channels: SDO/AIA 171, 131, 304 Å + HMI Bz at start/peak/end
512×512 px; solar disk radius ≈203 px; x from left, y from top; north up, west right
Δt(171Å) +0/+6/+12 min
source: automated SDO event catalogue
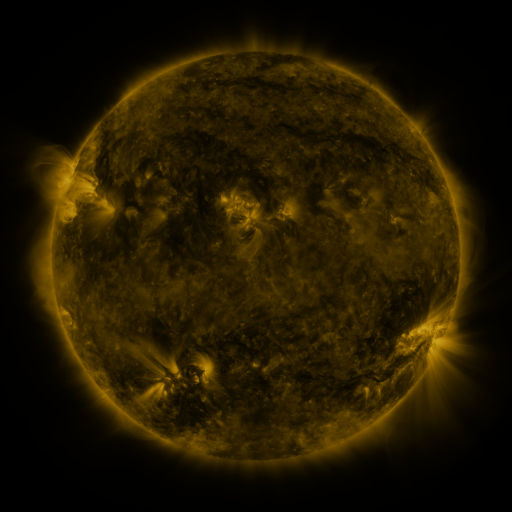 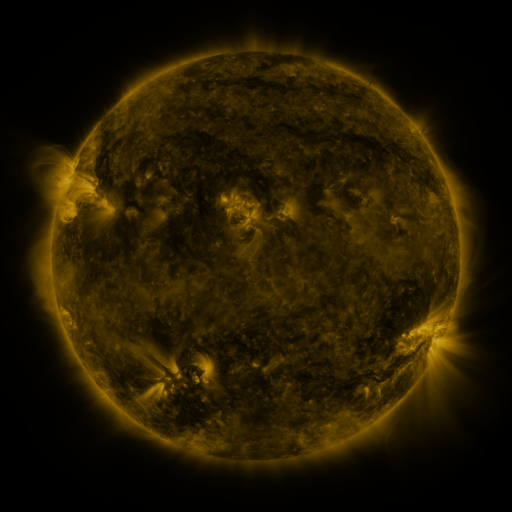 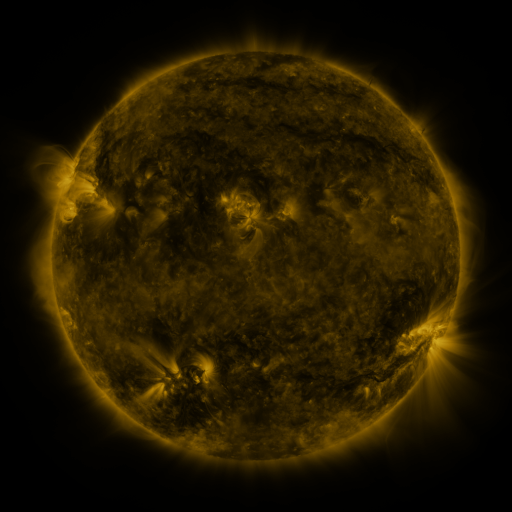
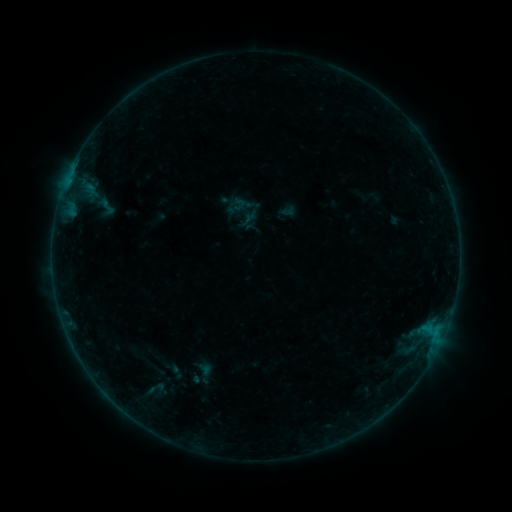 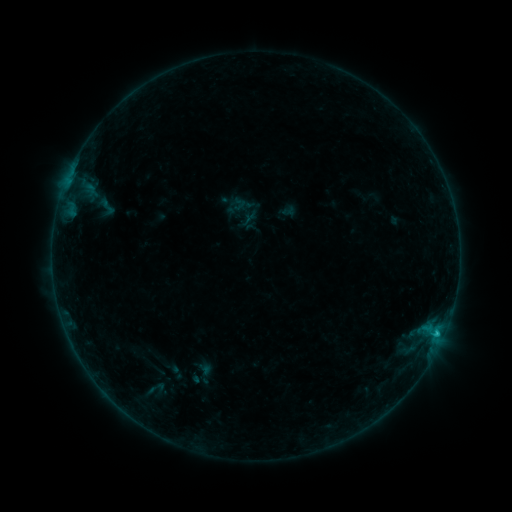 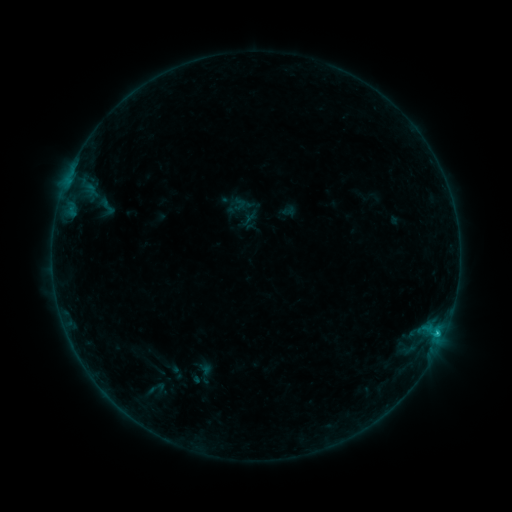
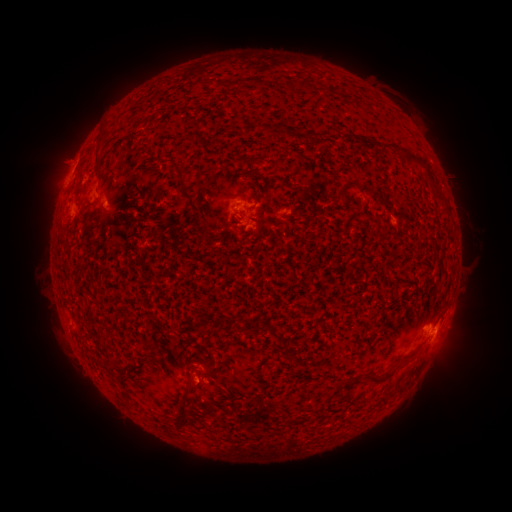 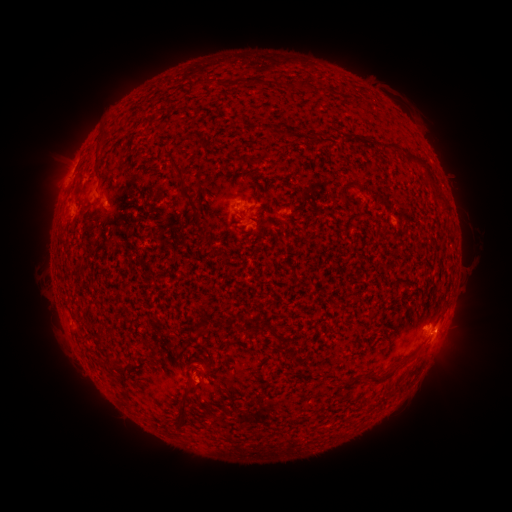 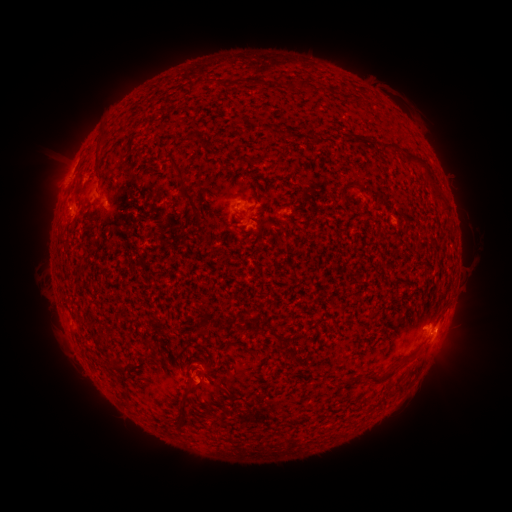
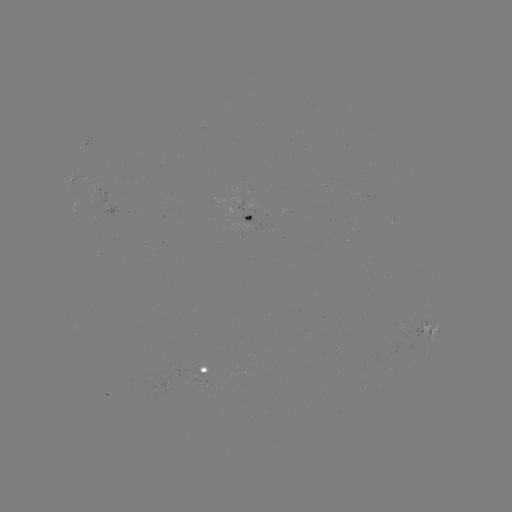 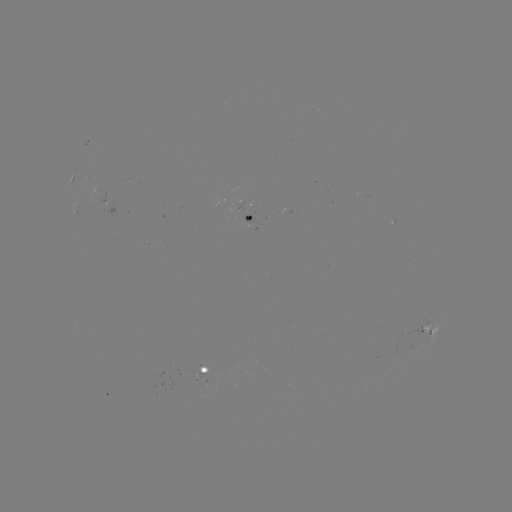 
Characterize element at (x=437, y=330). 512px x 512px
B5.8 flare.